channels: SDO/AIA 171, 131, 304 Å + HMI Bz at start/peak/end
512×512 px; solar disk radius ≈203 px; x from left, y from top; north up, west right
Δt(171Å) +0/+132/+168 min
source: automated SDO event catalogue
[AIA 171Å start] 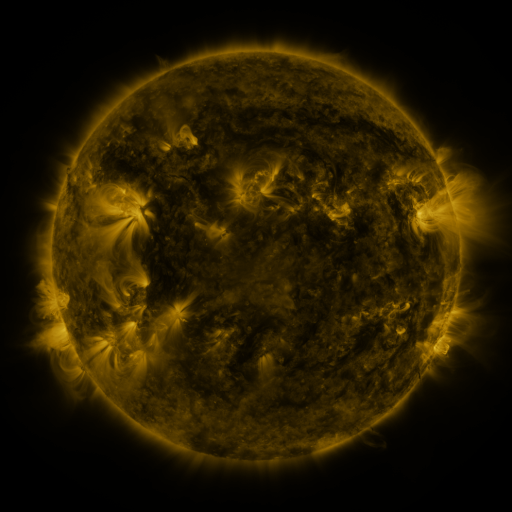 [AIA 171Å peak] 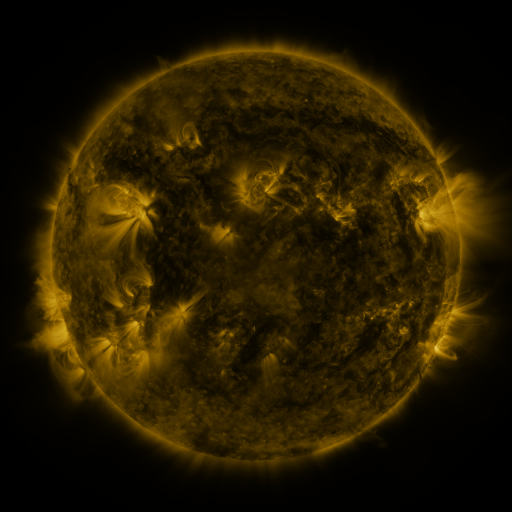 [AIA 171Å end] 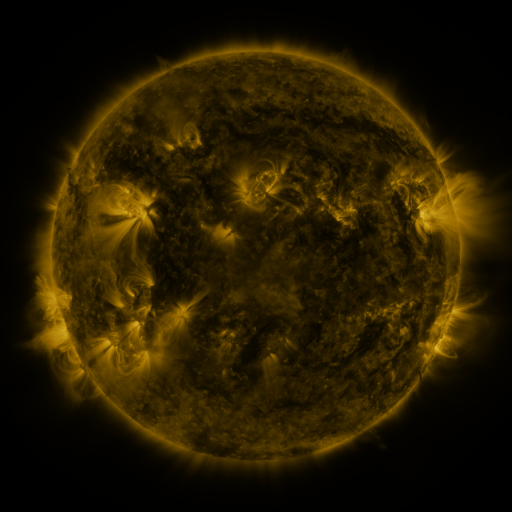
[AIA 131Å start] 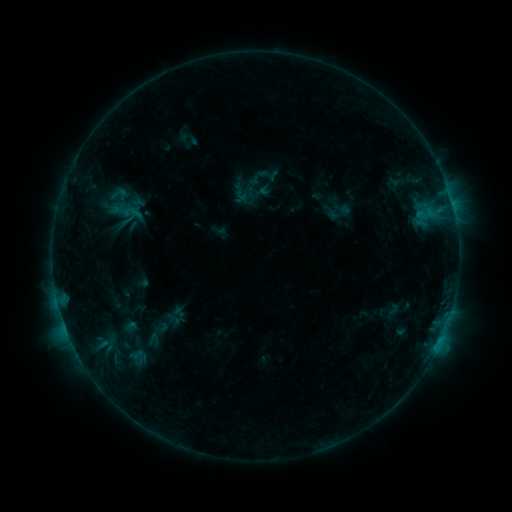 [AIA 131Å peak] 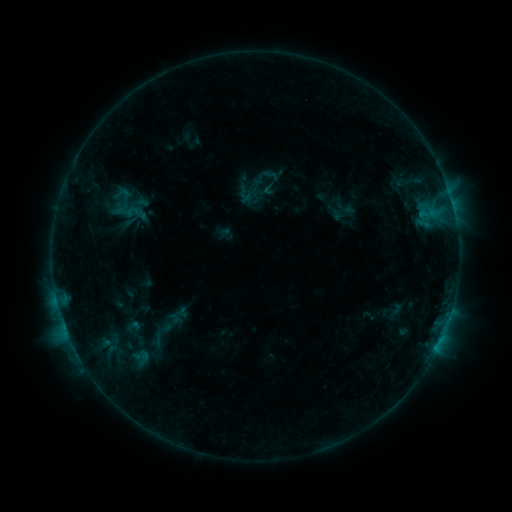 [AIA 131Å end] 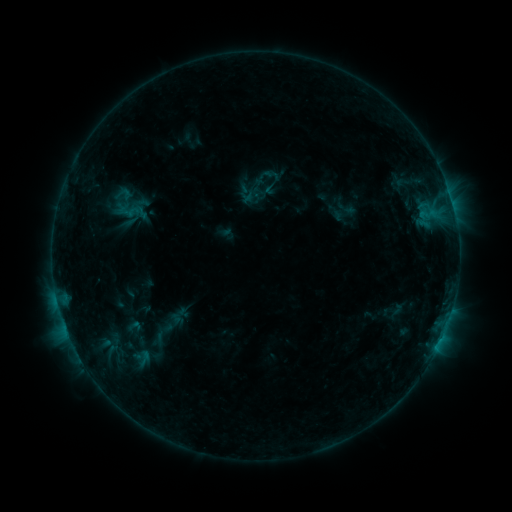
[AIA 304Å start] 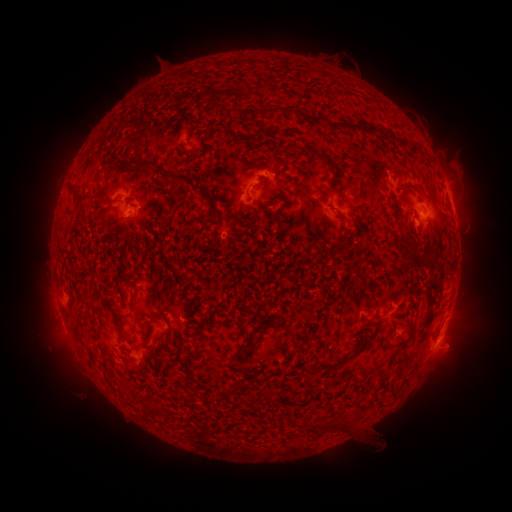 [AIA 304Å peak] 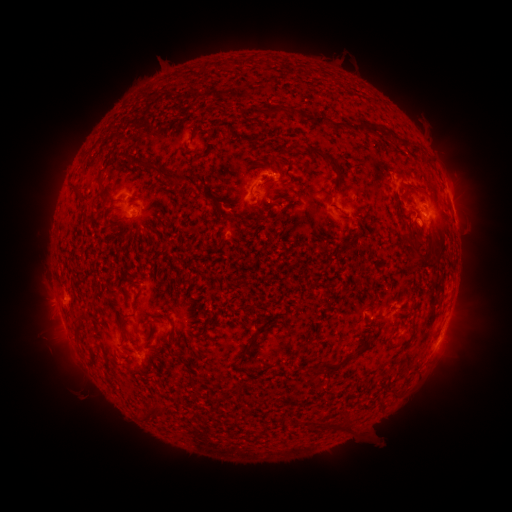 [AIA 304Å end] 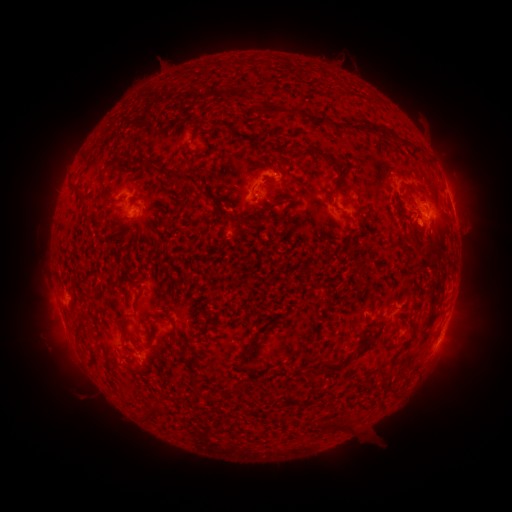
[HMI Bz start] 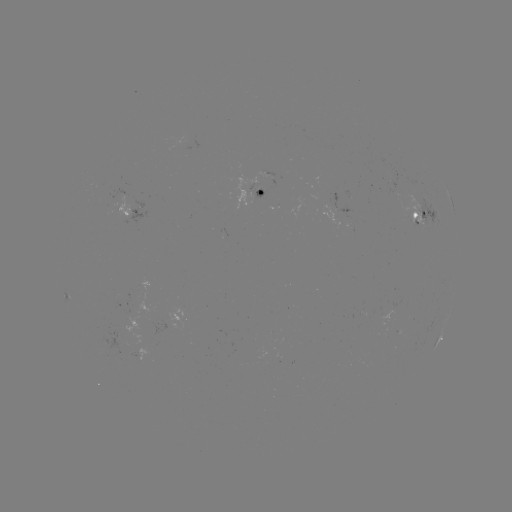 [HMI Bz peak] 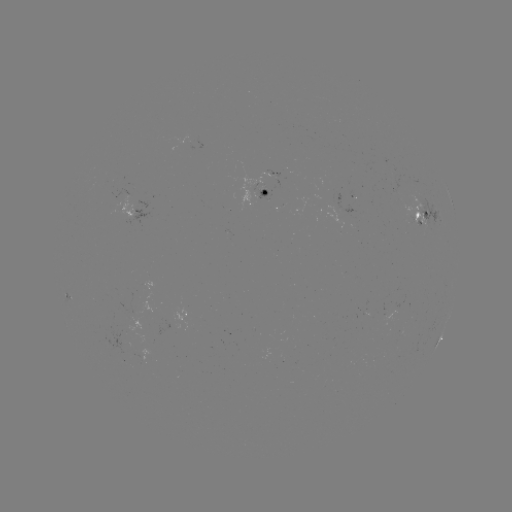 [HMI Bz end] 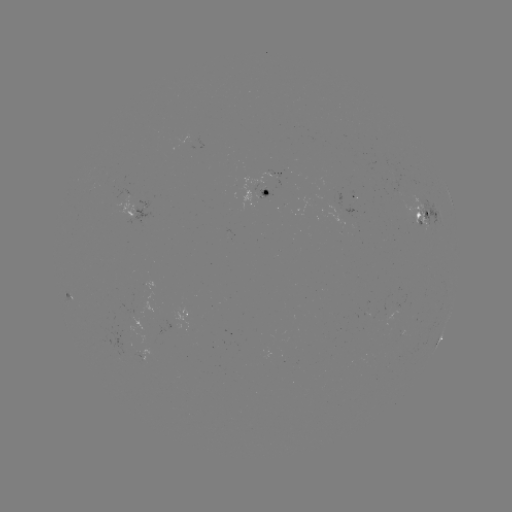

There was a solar emerging-flux region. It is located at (384, 314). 